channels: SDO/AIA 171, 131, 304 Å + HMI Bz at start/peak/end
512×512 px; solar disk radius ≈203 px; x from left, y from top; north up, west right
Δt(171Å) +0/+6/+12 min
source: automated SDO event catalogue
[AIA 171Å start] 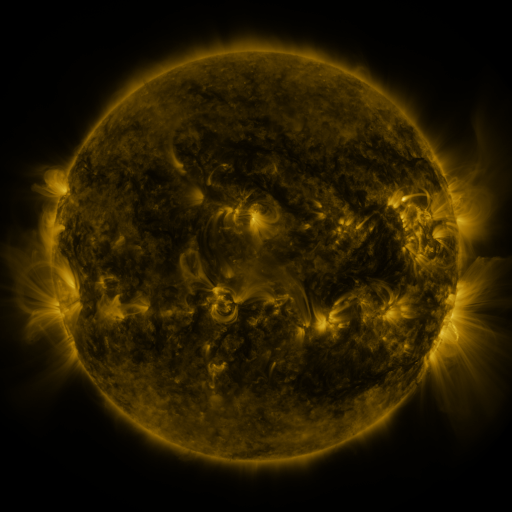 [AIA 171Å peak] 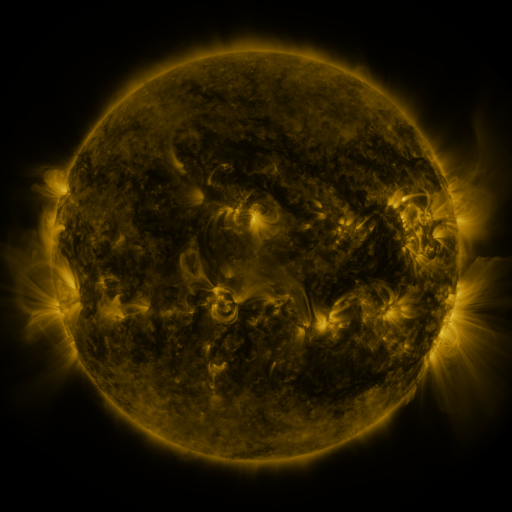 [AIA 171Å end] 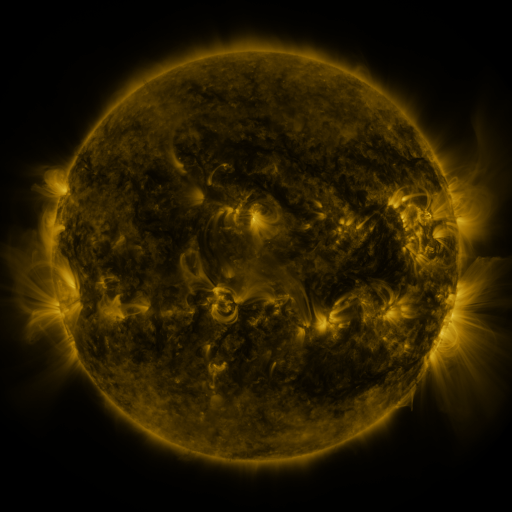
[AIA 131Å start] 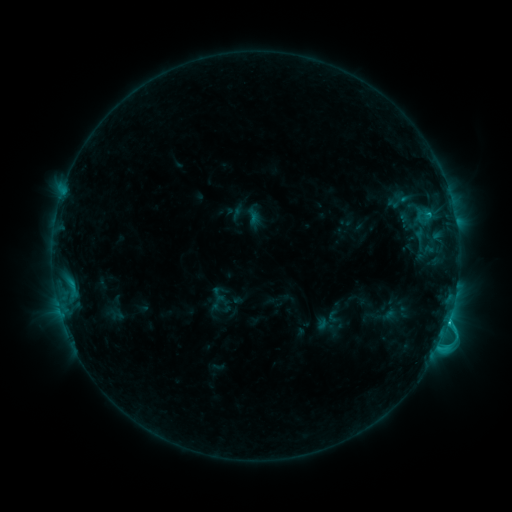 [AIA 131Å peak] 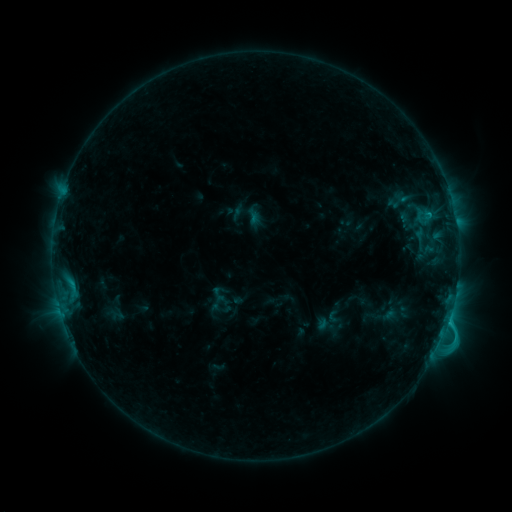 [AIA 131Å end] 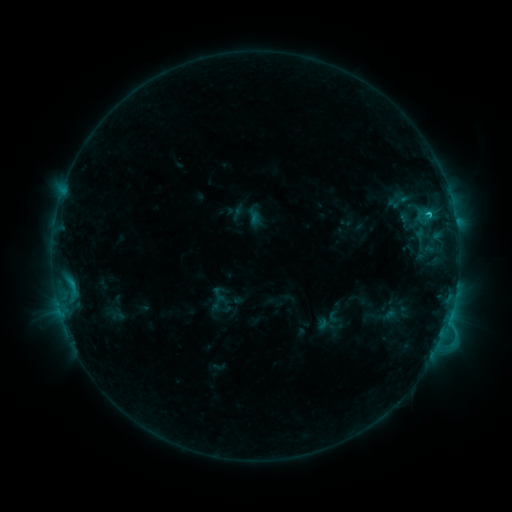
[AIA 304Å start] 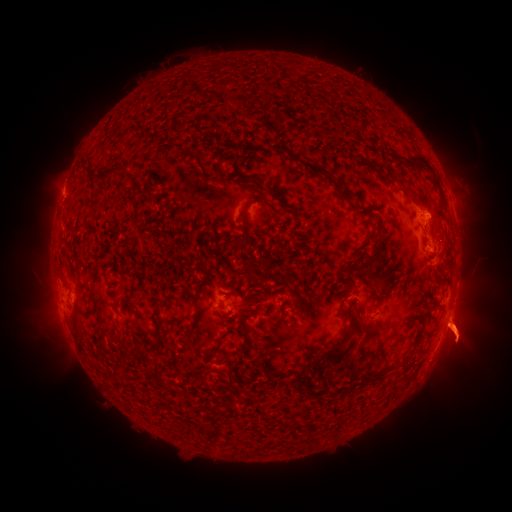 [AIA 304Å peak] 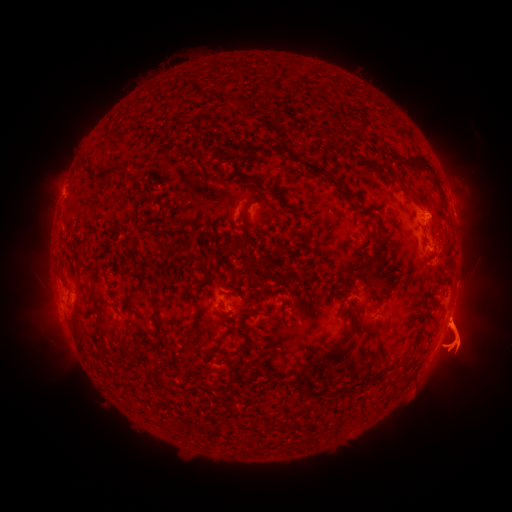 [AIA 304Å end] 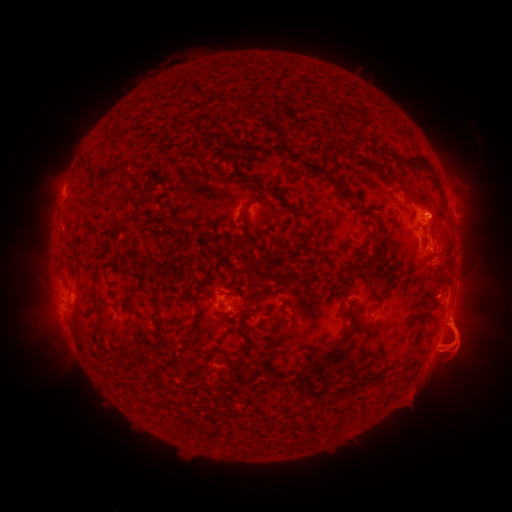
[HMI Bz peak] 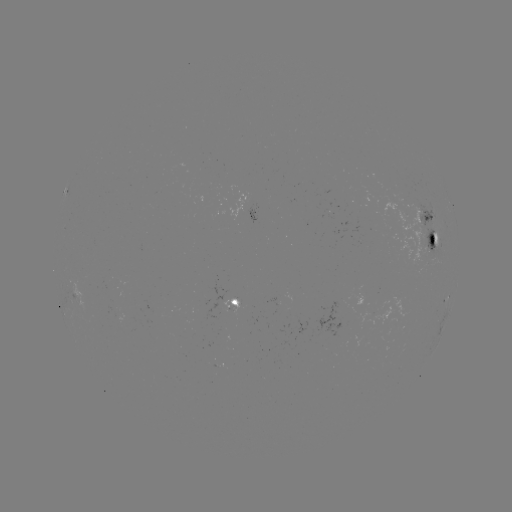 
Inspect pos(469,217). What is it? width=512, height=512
eruption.